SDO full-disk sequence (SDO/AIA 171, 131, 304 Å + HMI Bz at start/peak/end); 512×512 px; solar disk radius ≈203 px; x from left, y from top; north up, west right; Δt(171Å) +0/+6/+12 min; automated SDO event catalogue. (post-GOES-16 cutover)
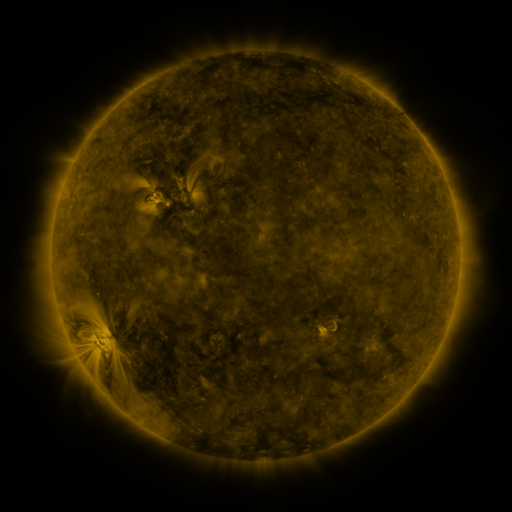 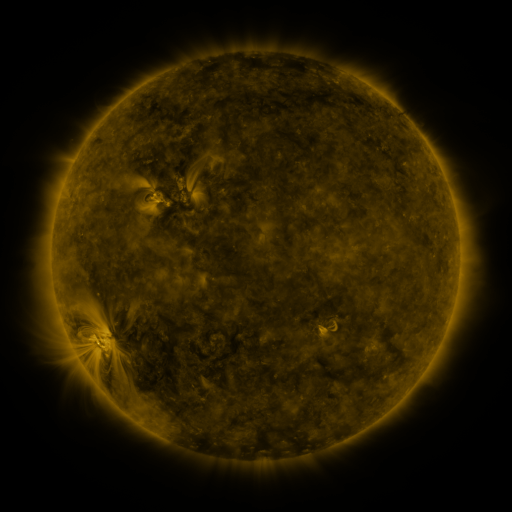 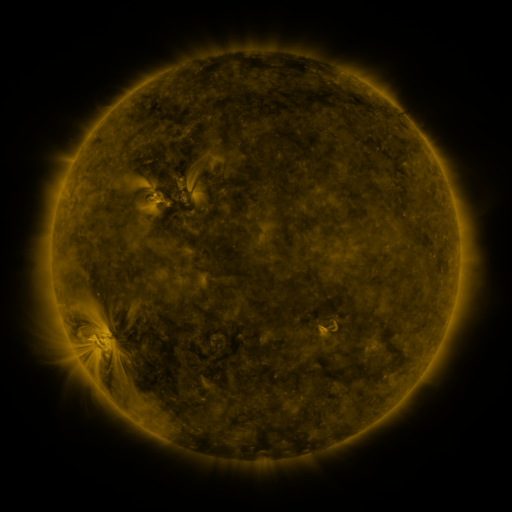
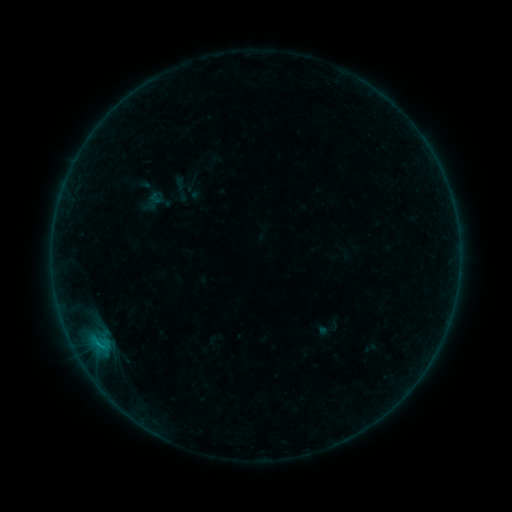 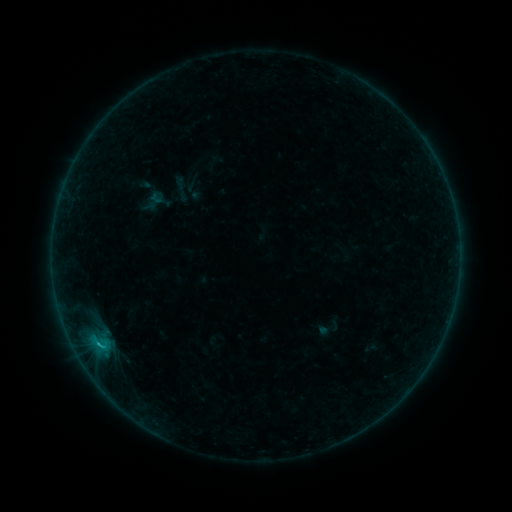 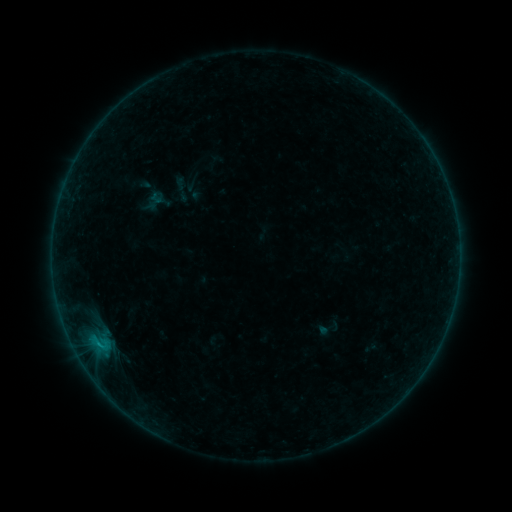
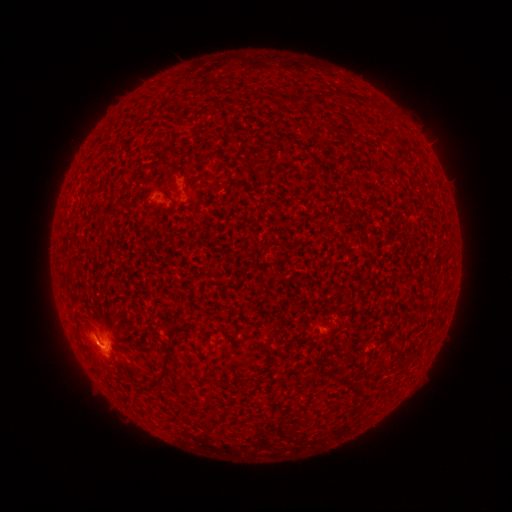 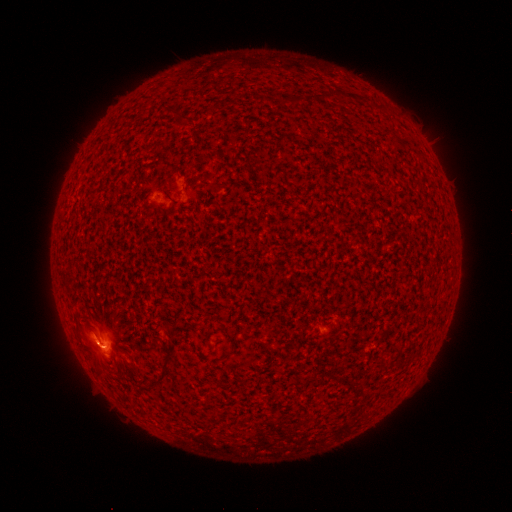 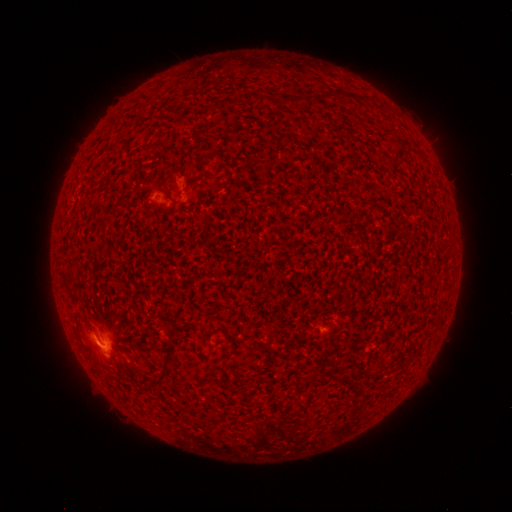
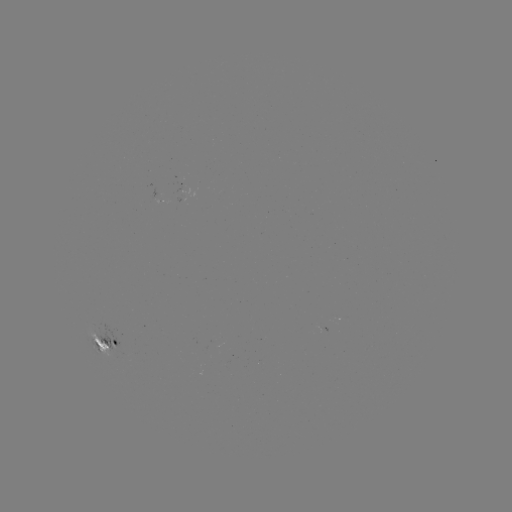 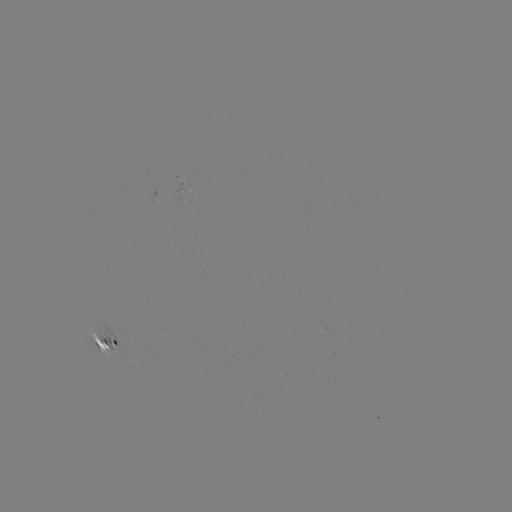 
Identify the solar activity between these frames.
B6.0 flare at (100, 342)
